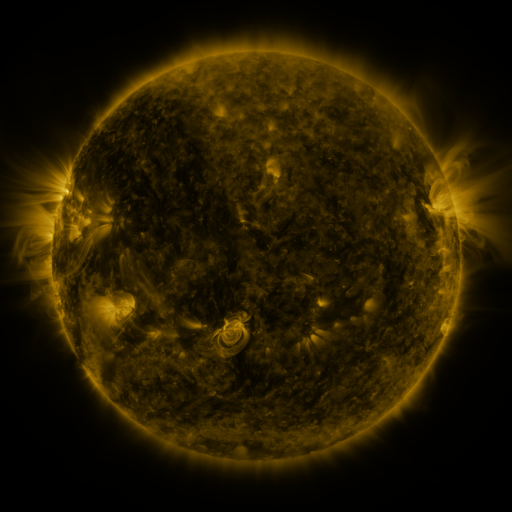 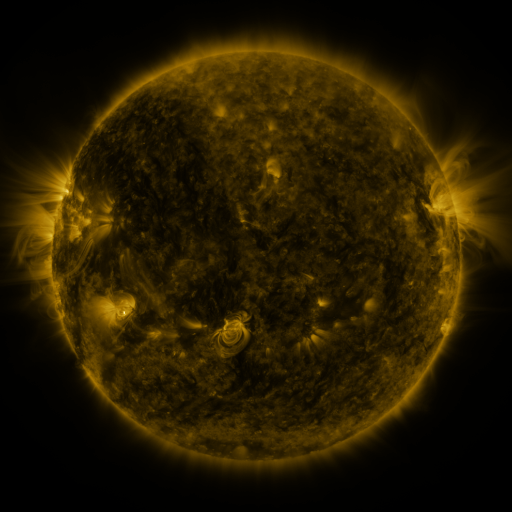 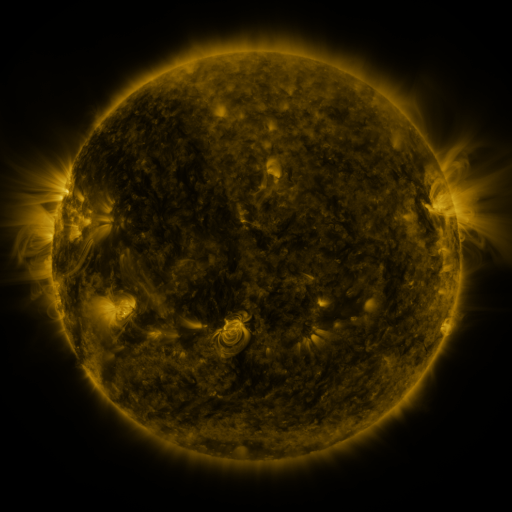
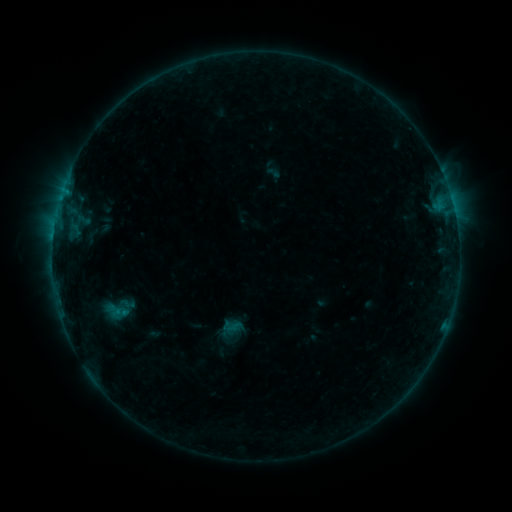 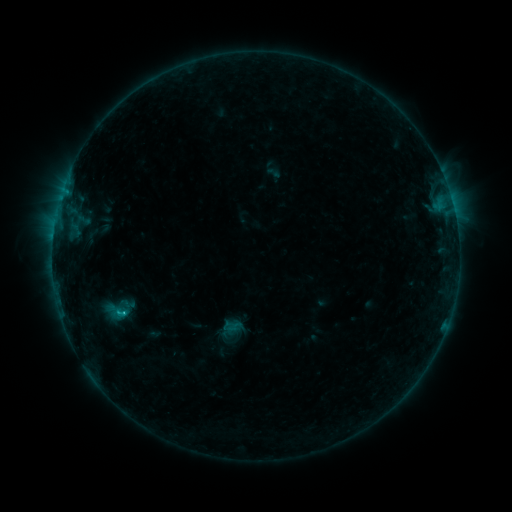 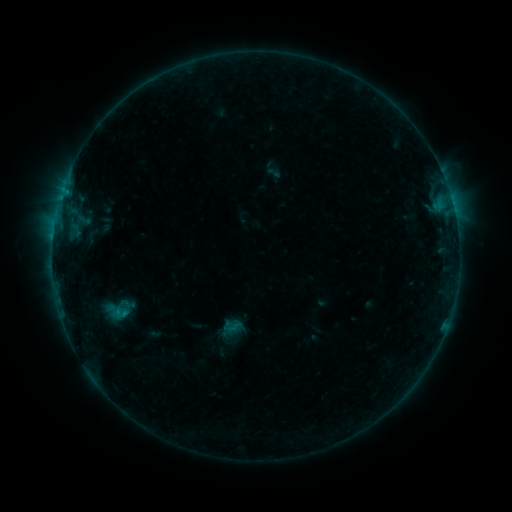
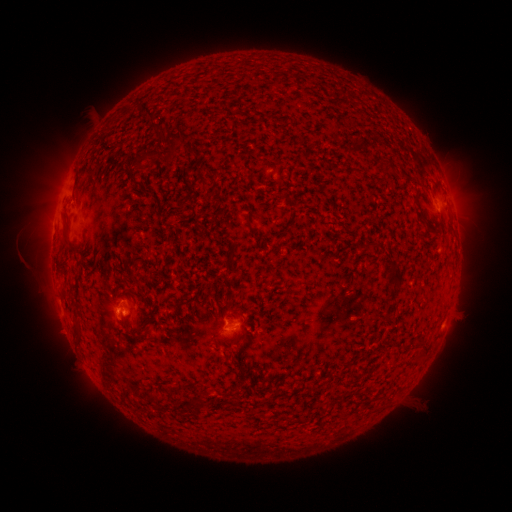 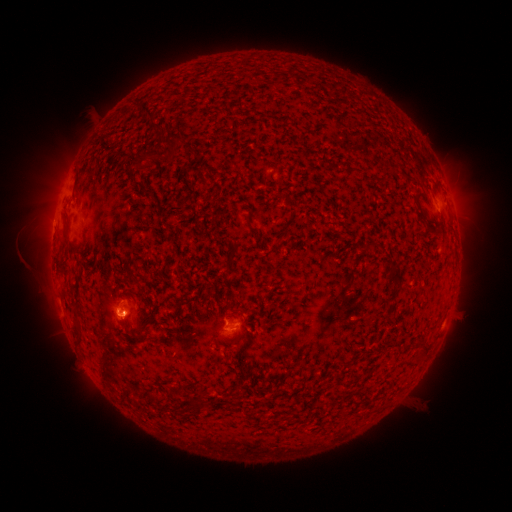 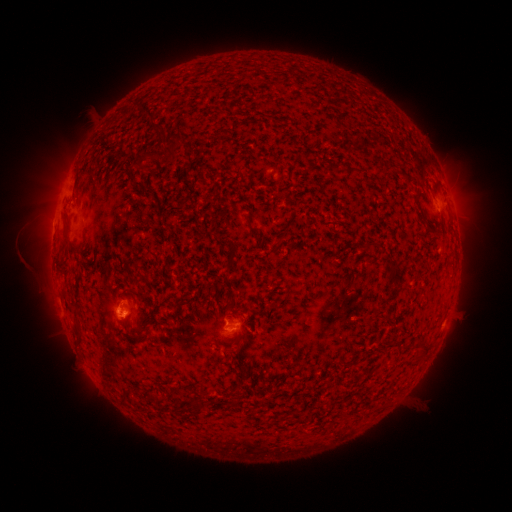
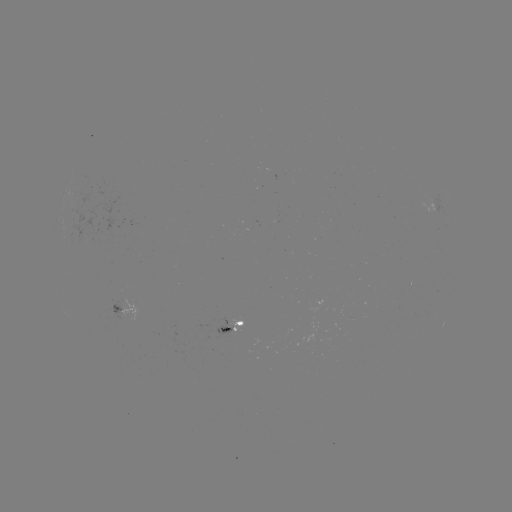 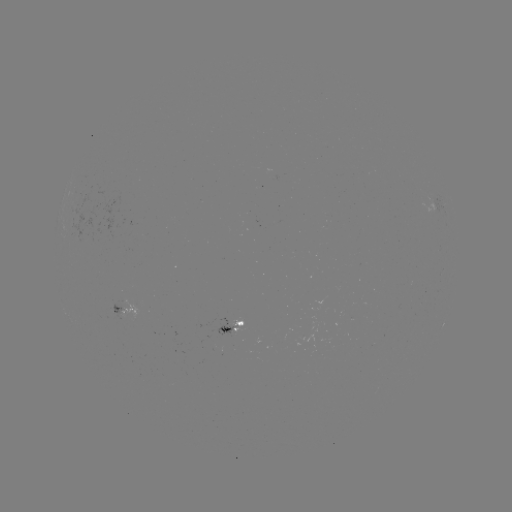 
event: flare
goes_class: C1.1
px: (125, 312)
